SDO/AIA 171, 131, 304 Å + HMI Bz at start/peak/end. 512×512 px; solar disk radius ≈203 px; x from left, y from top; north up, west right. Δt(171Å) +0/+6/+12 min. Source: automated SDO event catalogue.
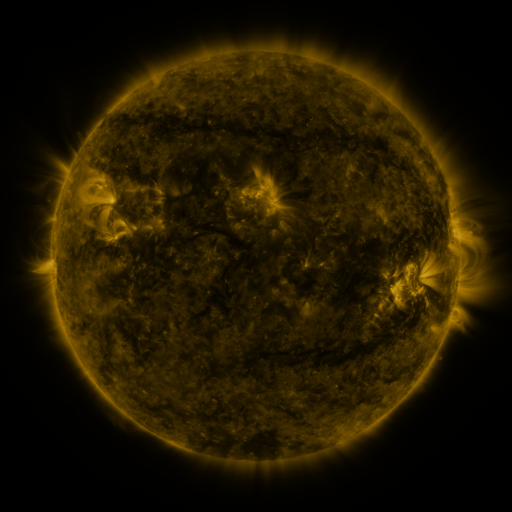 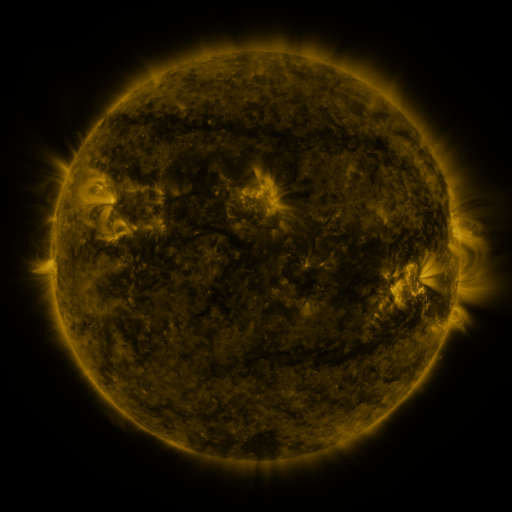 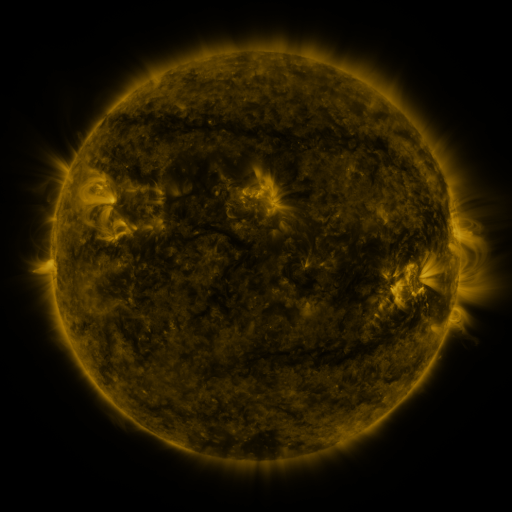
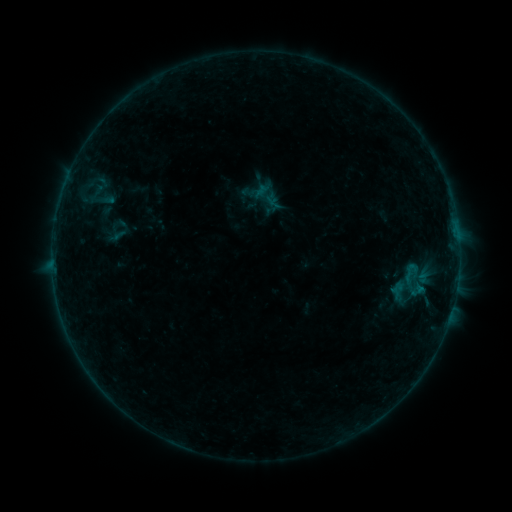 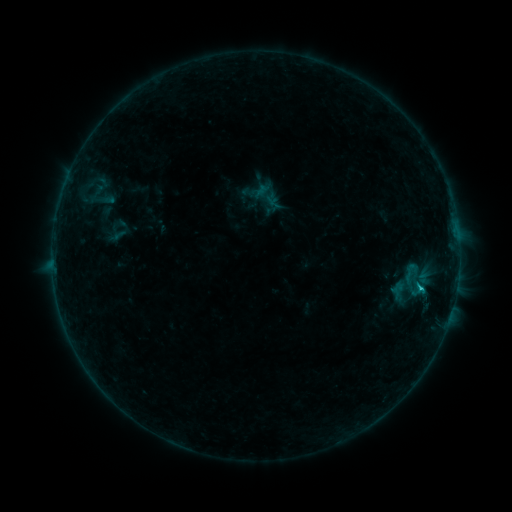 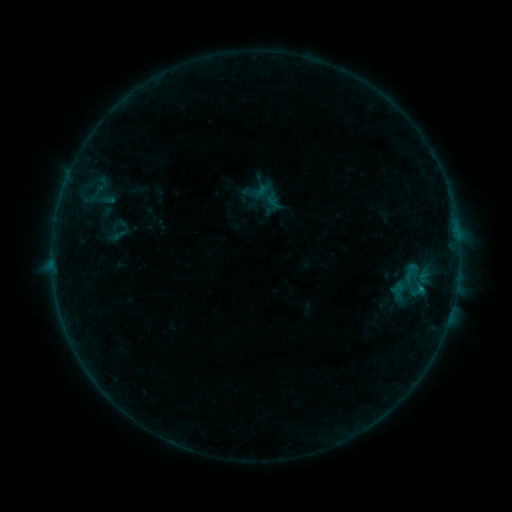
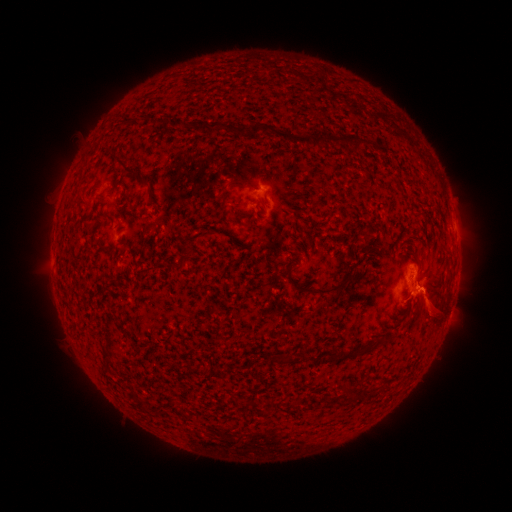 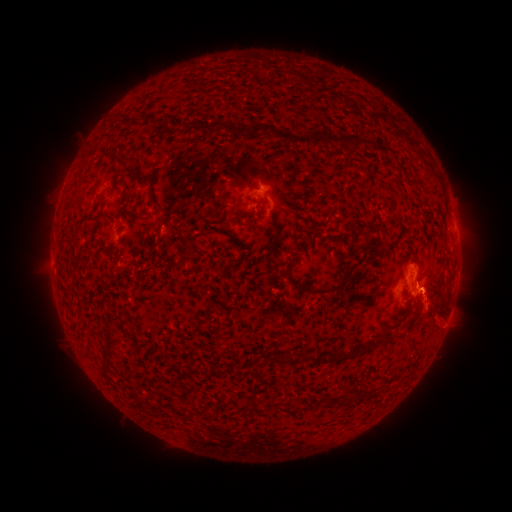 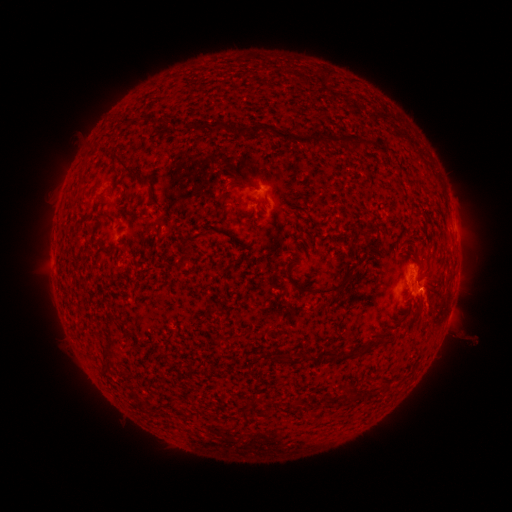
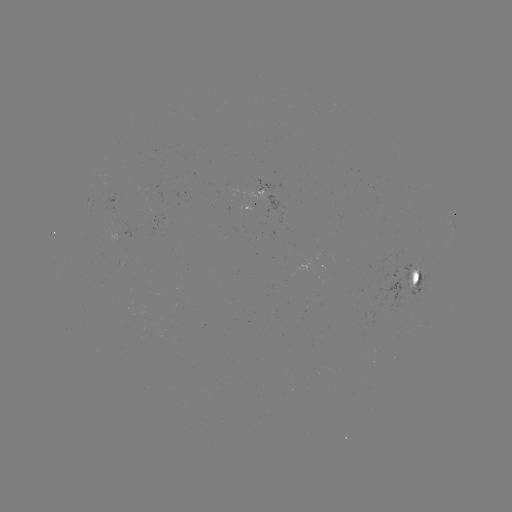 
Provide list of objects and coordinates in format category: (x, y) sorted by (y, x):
B5.3 flare: (420, 288)
